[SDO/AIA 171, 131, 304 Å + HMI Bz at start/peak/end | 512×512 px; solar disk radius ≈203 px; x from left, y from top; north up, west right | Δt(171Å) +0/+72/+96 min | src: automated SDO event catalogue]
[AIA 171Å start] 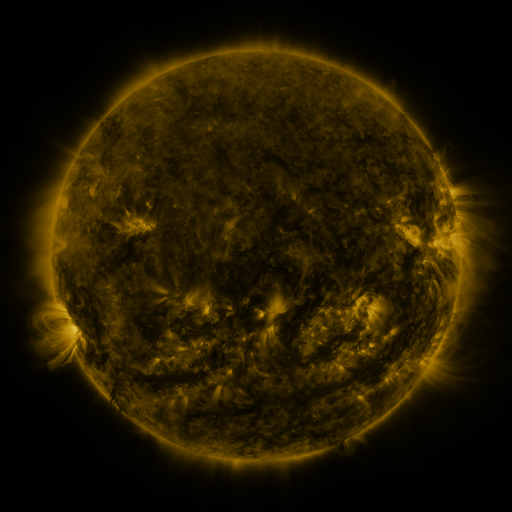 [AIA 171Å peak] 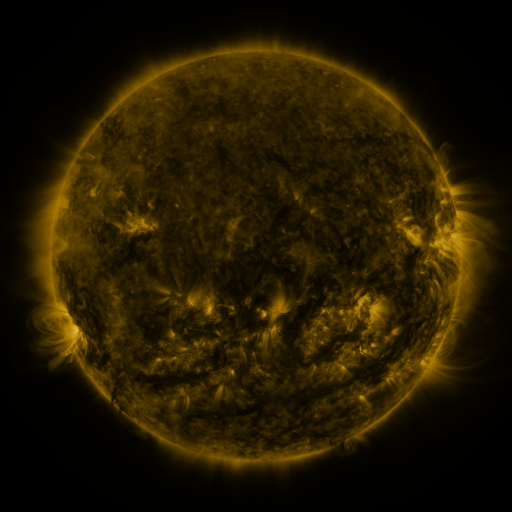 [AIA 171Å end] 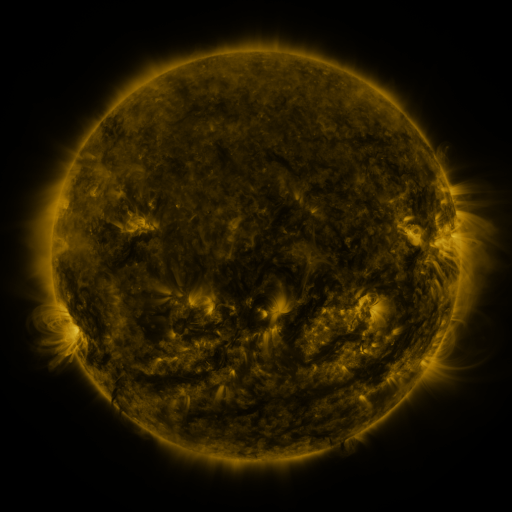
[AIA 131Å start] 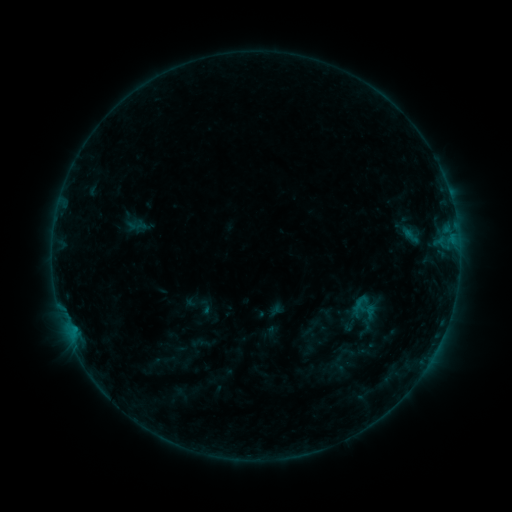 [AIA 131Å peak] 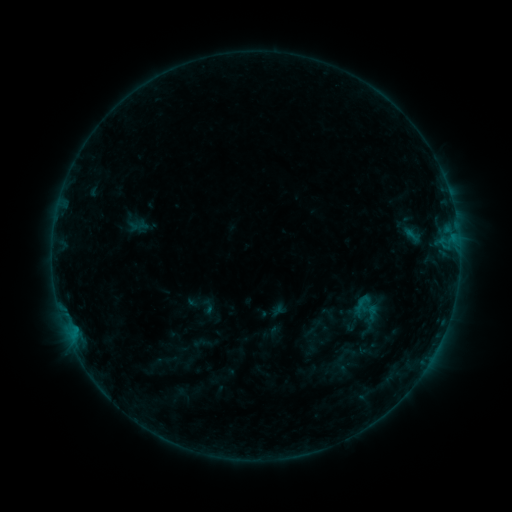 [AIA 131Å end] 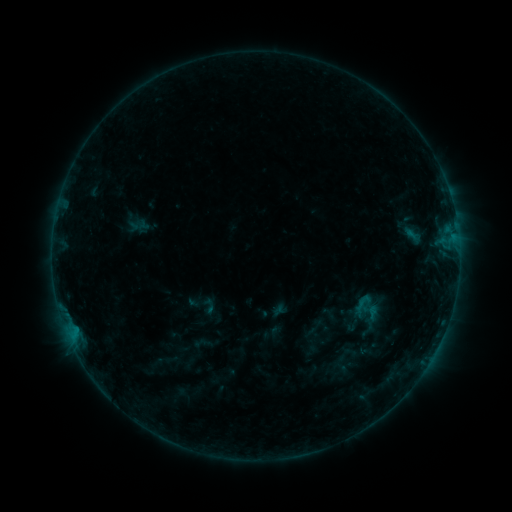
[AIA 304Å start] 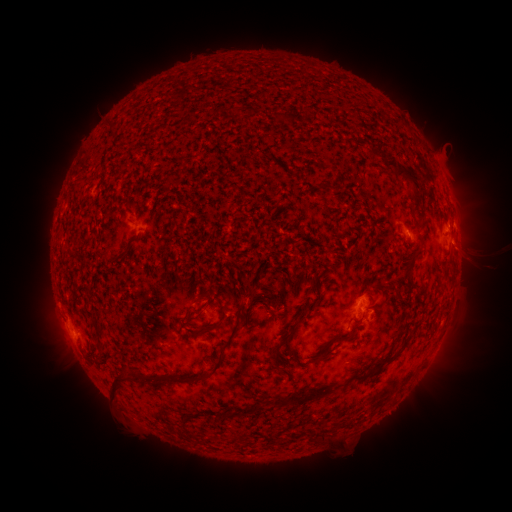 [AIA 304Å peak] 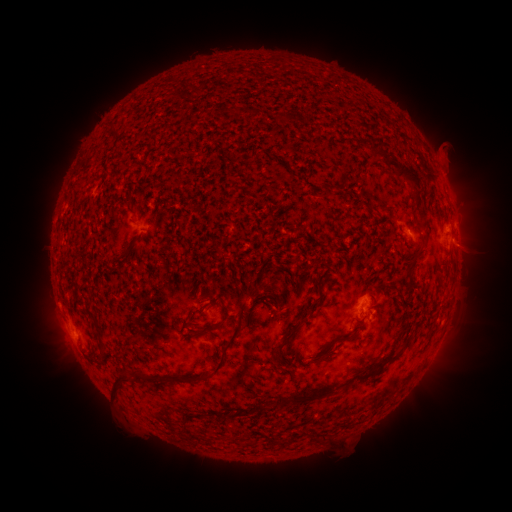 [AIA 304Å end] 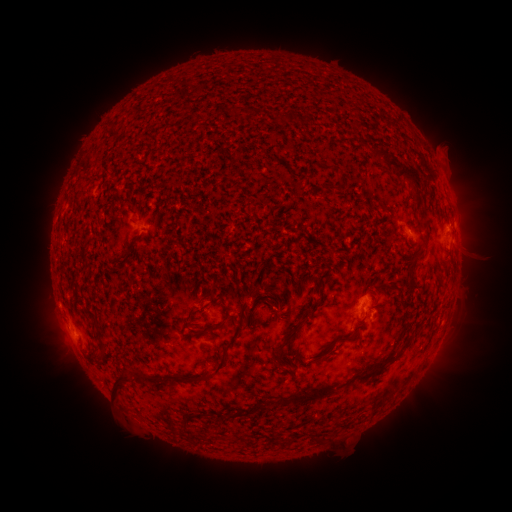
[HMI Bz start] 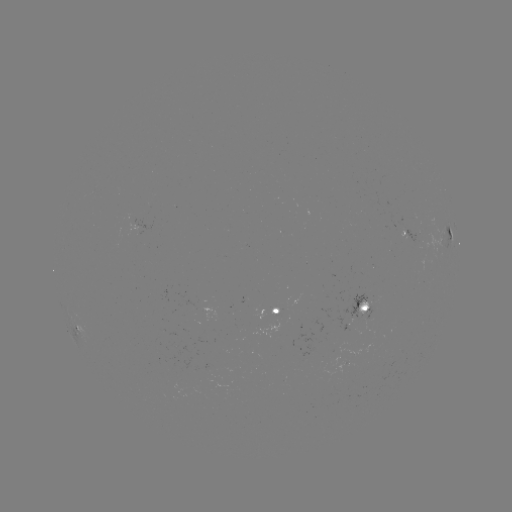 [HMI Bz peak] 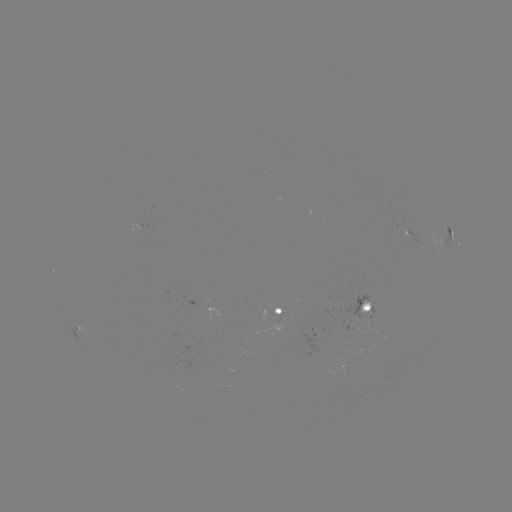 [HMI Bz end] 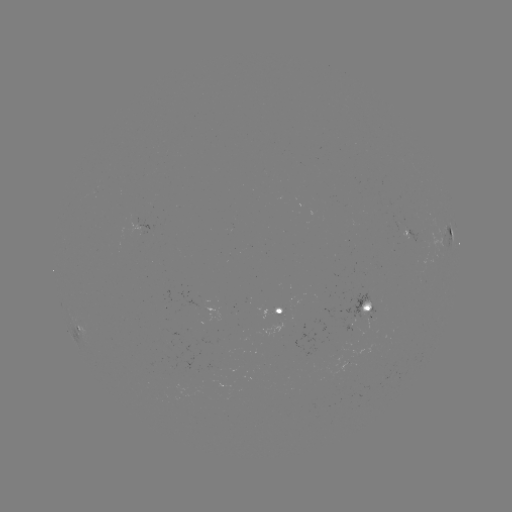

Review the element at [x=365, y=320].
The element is emerging-flux region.